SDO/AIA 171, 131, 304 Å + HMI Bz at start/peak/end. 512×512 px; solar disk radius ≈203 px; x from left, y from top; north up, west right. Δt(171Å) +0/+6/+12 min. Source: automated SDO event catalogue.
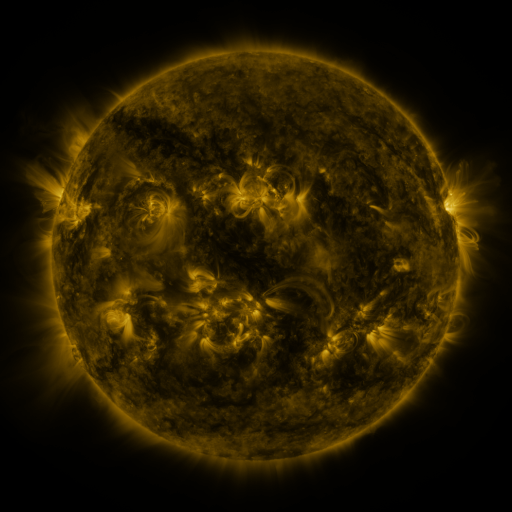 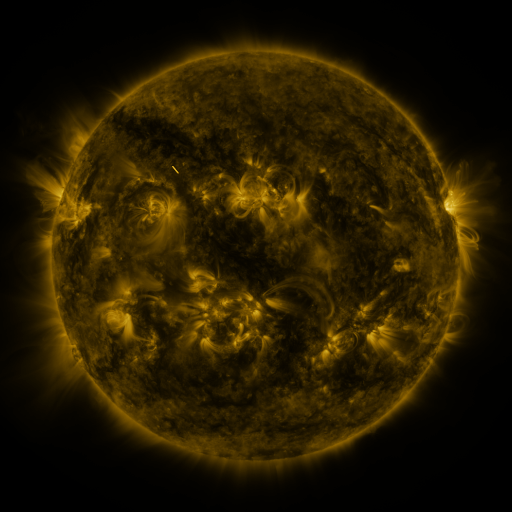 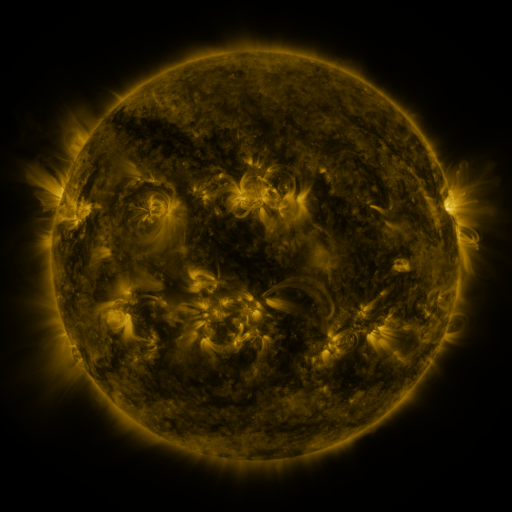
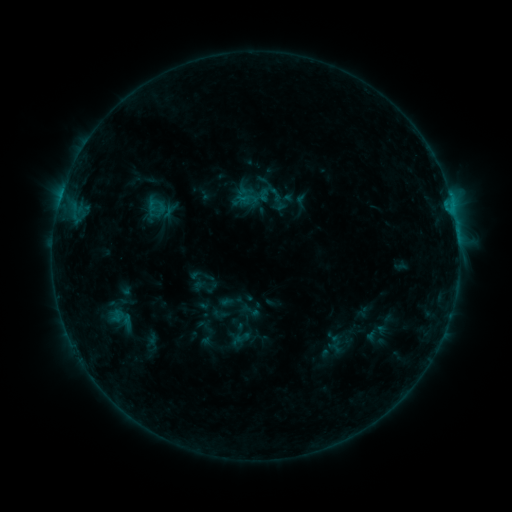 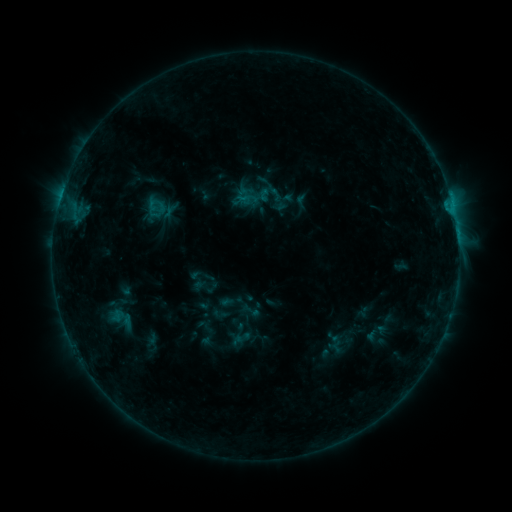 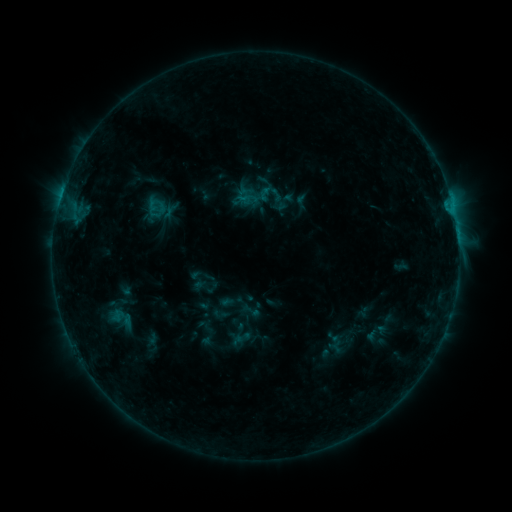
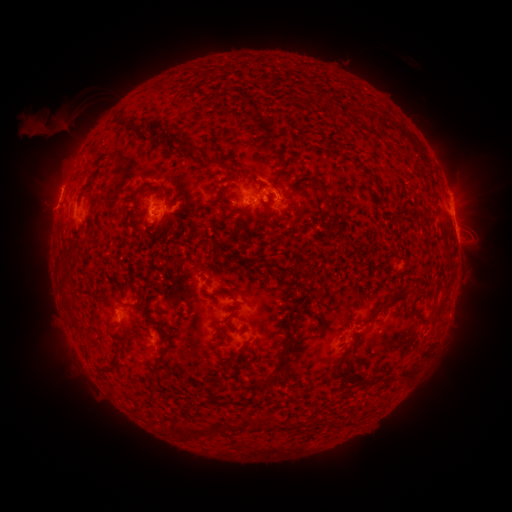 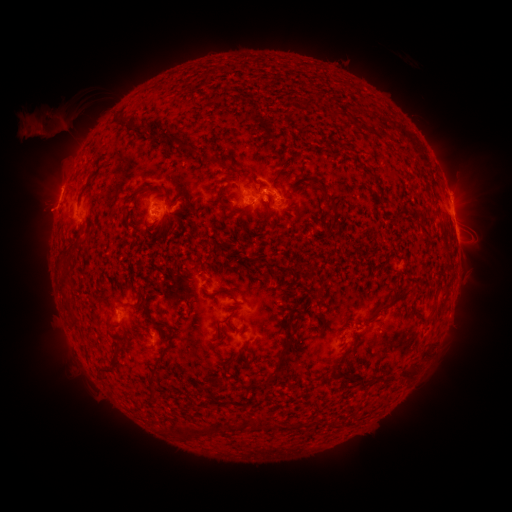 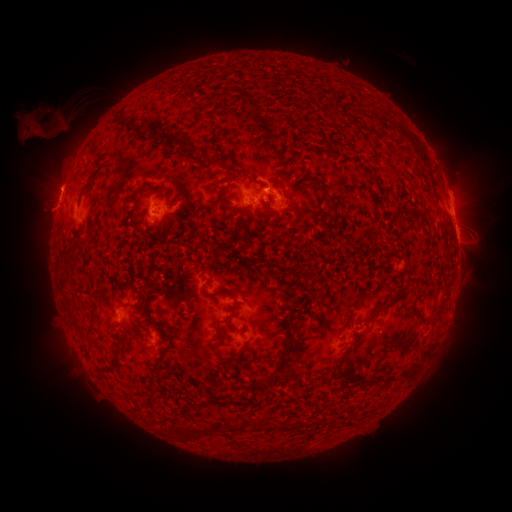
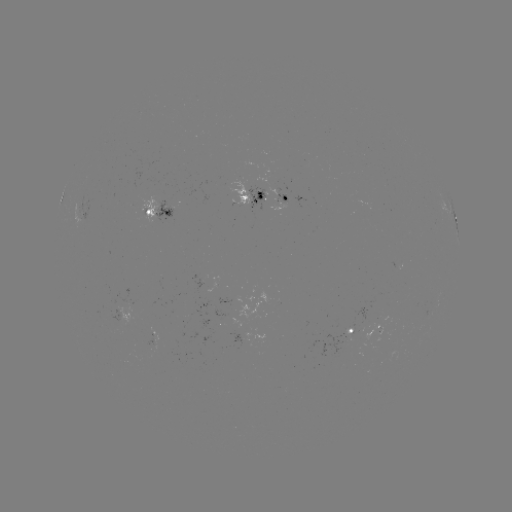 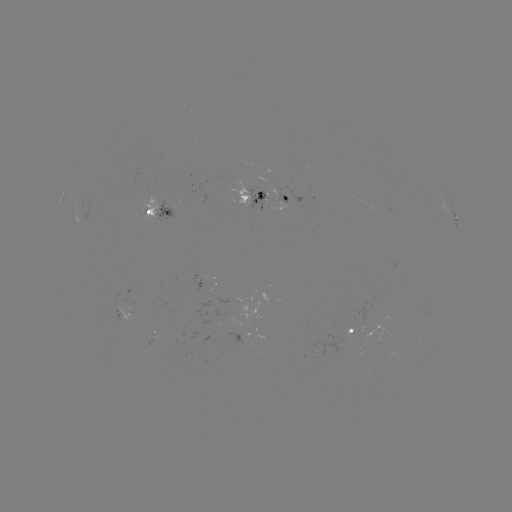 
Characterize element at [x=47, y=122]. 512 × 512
eruption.